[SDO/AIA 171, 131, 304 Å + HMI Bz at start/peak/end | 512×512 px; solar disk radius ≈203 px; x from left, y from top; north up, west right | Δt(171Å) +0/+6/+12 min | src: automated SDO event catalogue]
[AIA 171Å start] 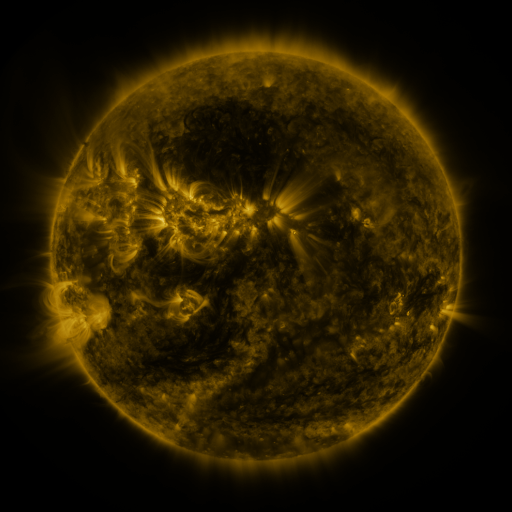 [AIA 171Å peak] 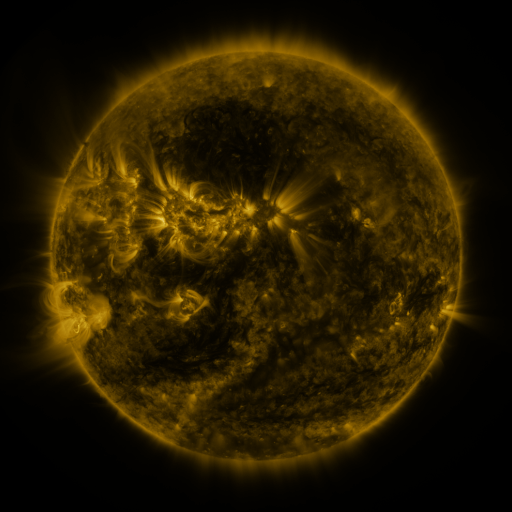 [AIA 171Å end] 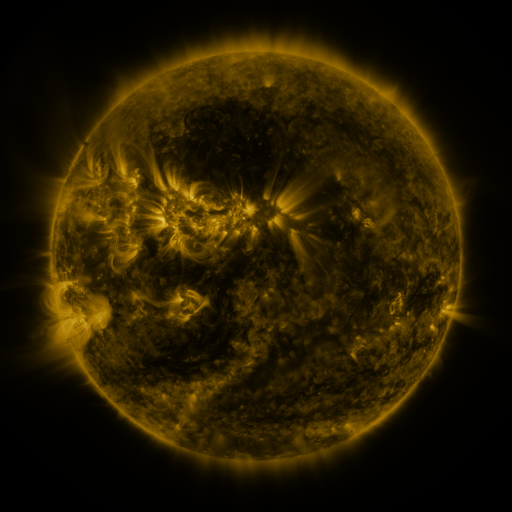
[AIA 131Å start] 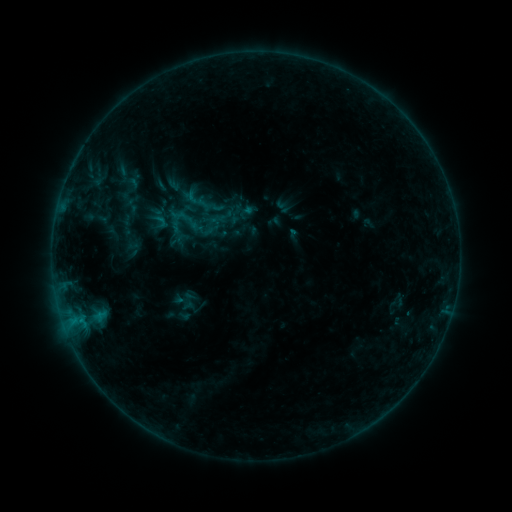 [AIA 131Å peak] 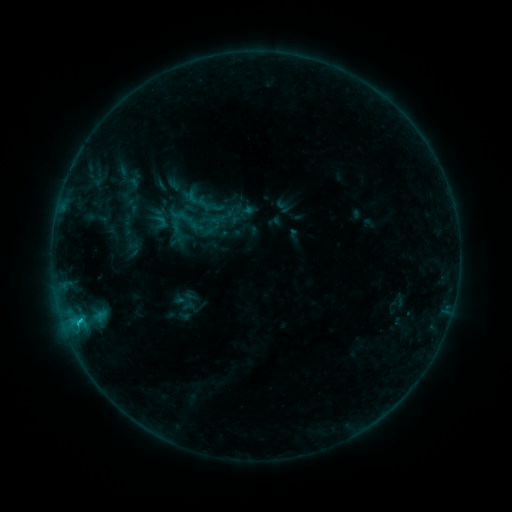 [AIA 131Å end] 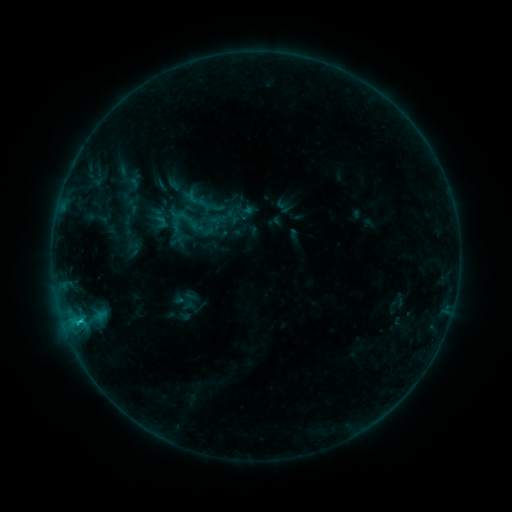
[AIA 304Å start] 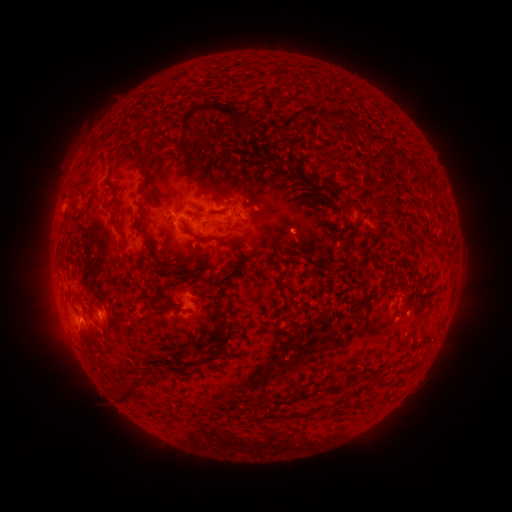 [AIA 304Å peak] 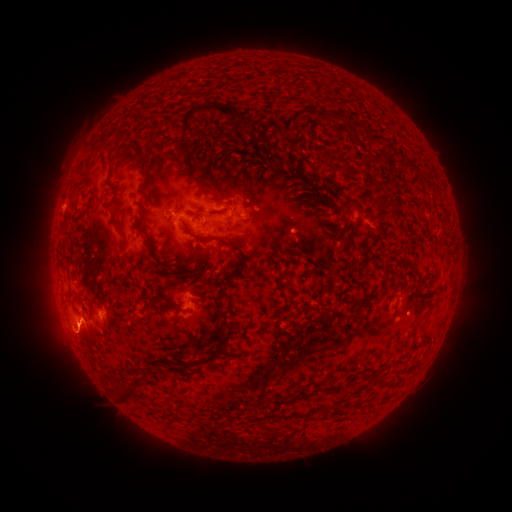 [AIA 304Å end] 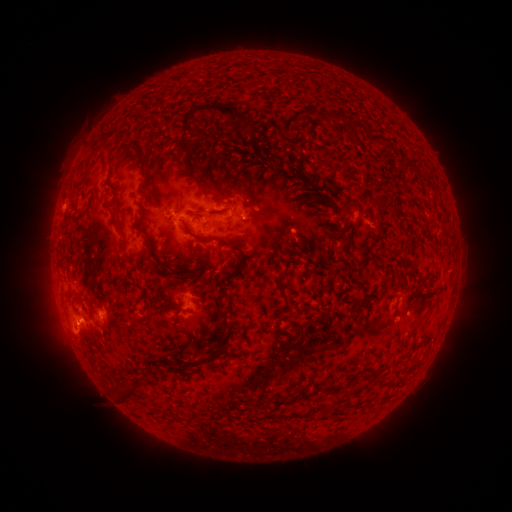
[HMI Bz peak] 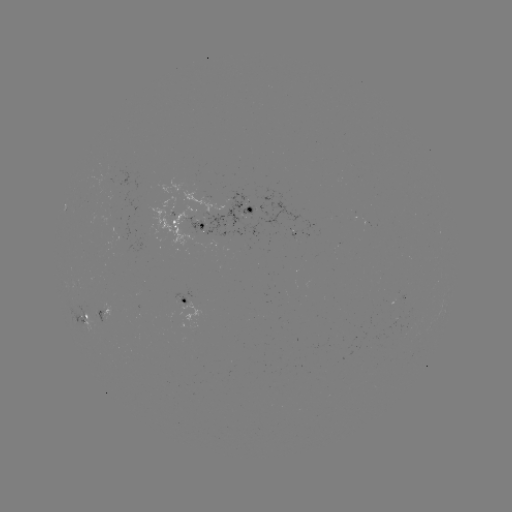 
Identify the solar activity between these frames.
eruption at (76, 338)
